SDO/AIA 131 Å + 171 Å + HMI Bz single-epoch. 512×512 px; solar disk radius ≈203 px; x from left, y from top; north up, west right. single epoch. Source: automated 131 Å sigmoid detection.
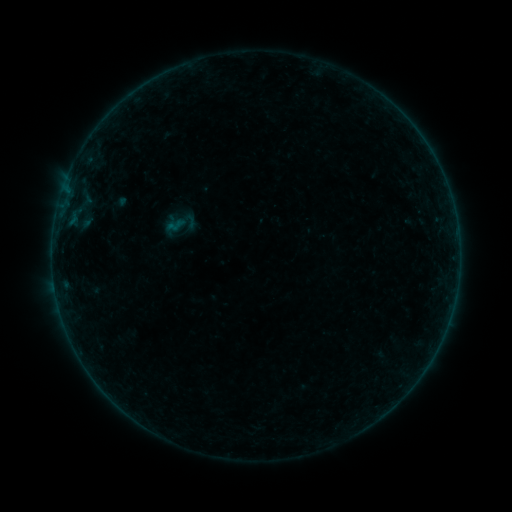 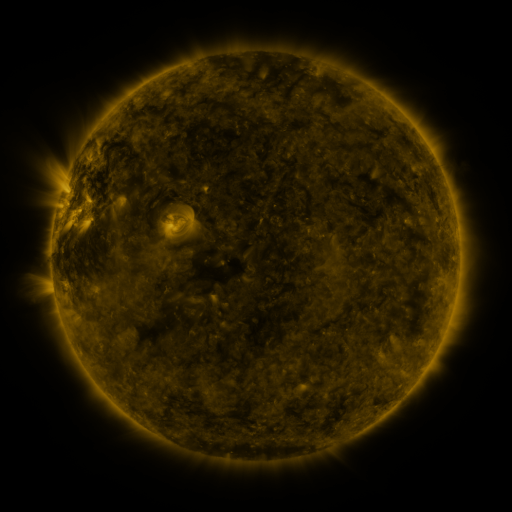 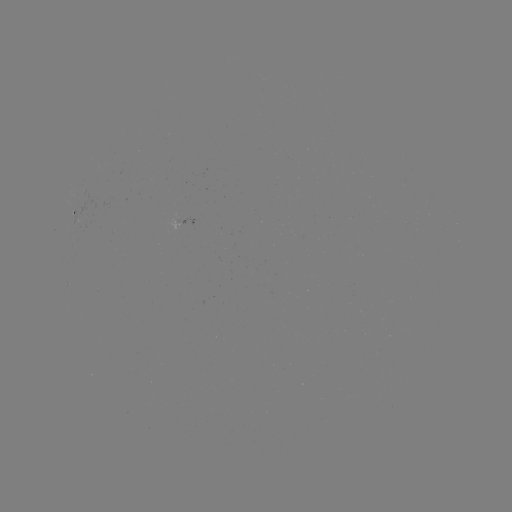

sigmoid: [182, 213, 199, 230]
